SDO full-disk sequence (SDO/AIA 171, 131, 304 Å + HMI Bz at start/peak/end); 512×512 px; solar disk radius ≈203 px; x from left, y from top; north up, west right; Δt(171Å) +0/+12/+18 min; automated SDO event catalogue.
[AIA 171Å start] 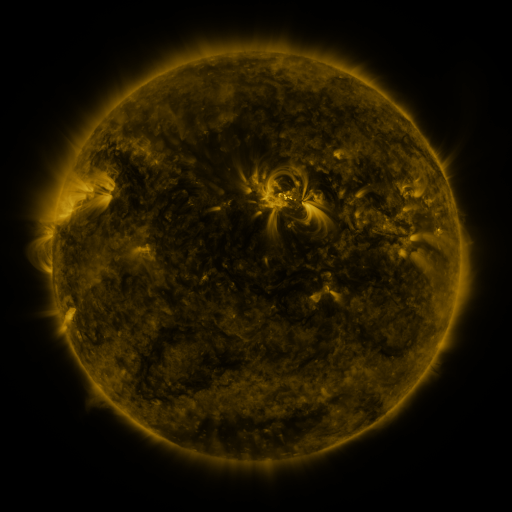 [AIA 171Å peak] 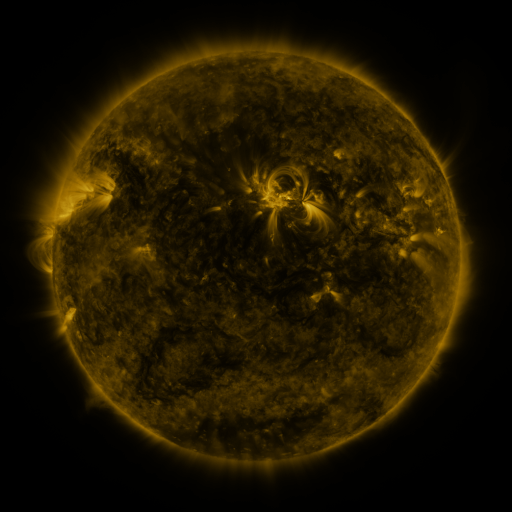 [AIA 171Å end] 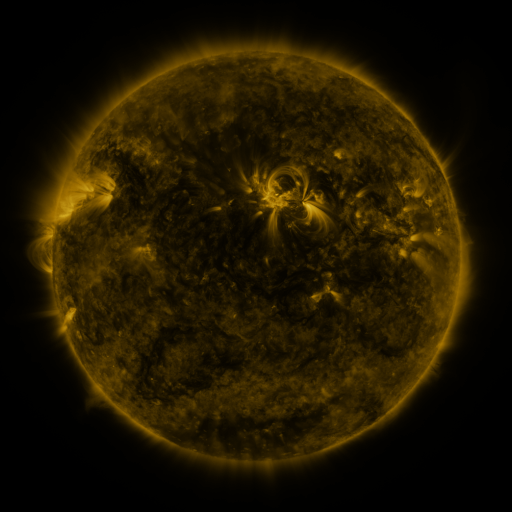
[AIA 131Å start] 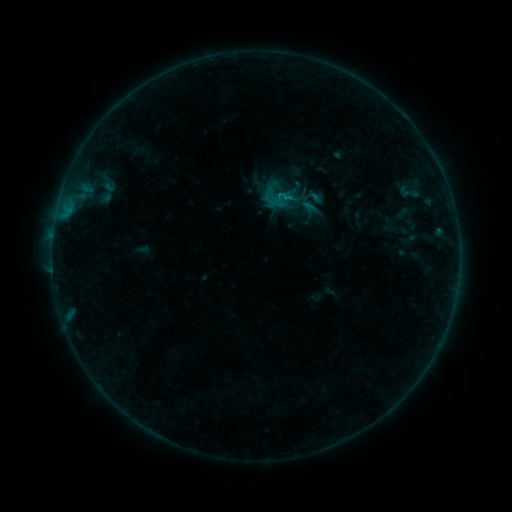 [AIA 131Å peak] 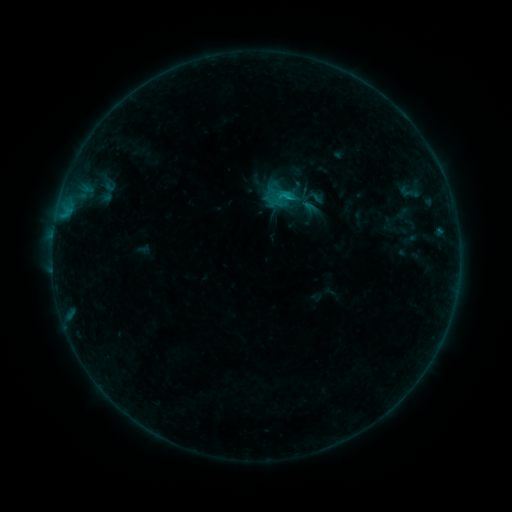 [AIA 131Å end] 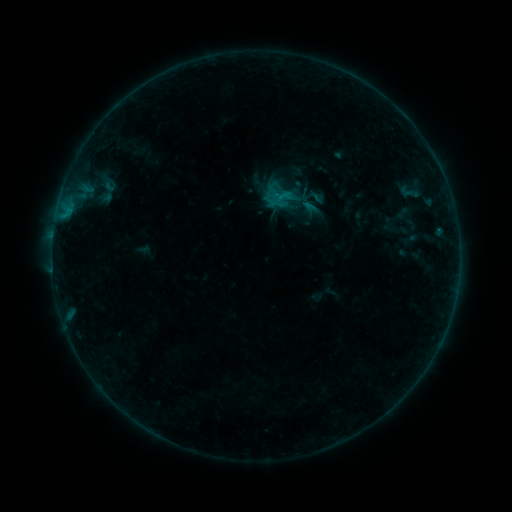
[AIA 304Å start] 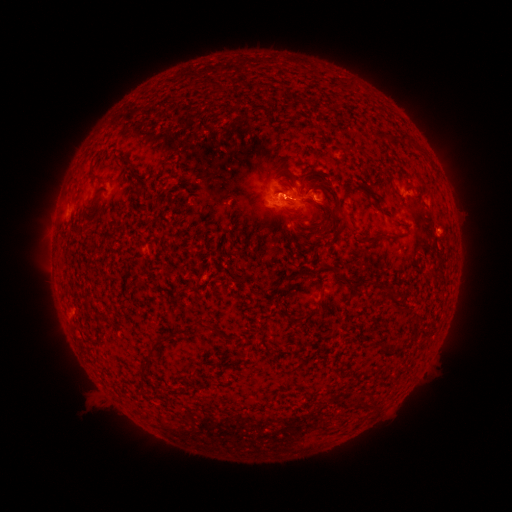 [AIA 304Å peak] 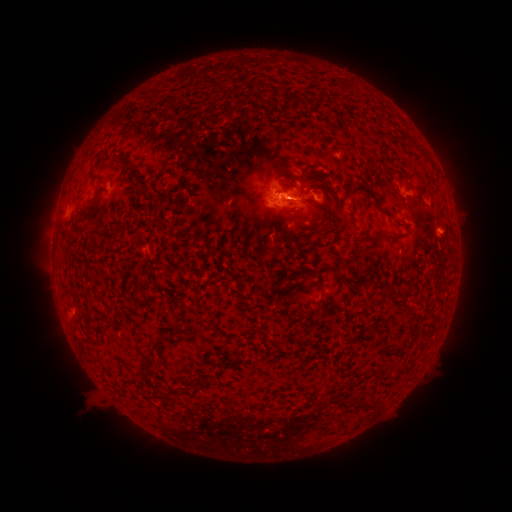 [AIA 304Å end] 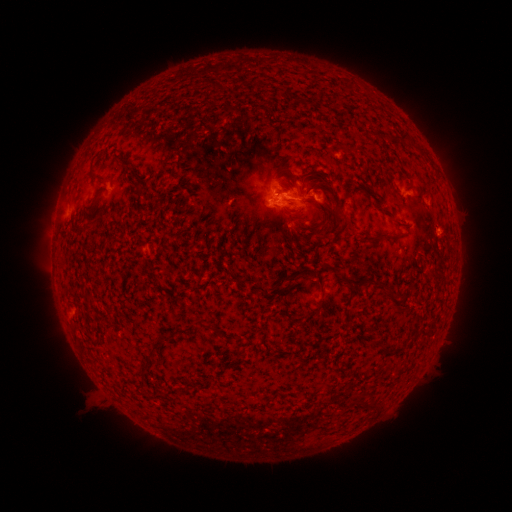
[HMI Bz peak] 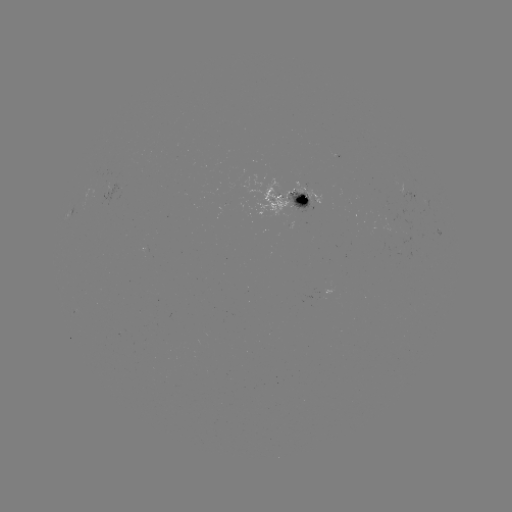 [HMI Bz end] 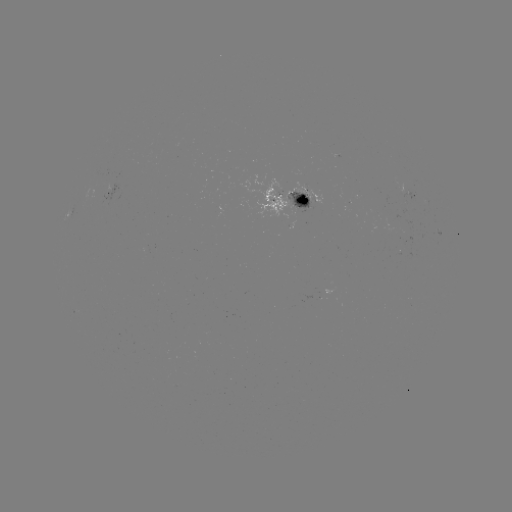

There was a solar flare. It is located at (287, 197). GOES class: B7.0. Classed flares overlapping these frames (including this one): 1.